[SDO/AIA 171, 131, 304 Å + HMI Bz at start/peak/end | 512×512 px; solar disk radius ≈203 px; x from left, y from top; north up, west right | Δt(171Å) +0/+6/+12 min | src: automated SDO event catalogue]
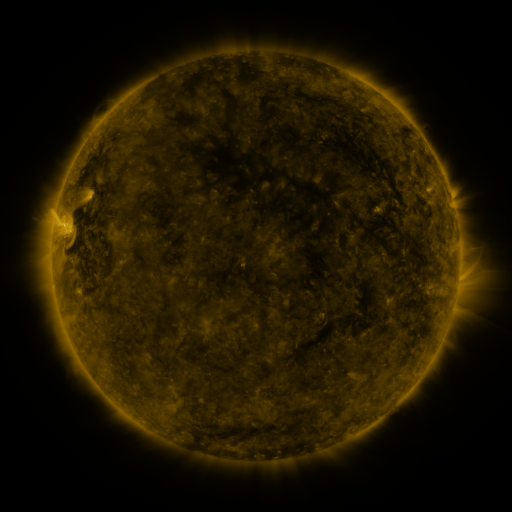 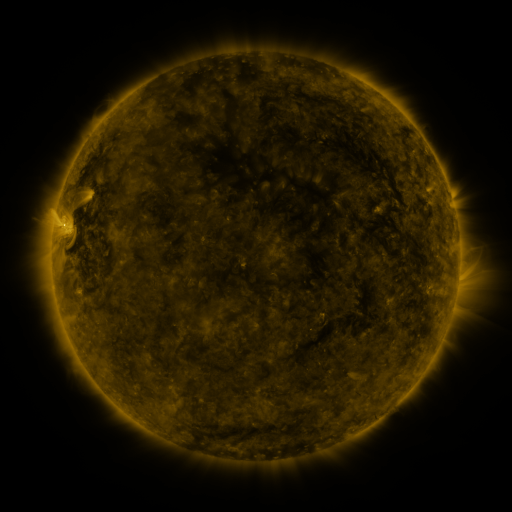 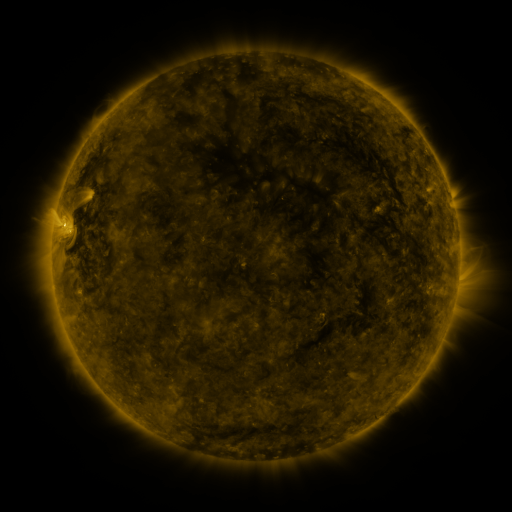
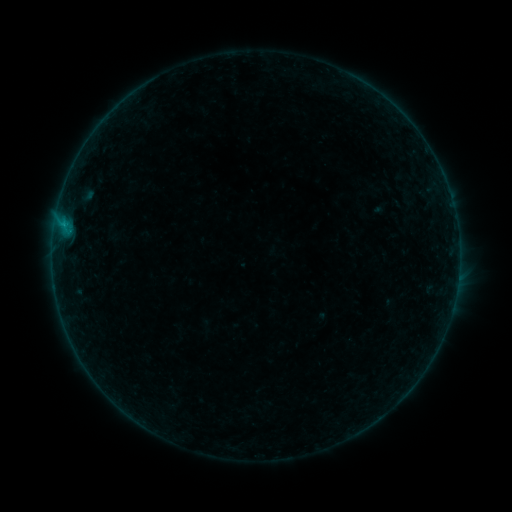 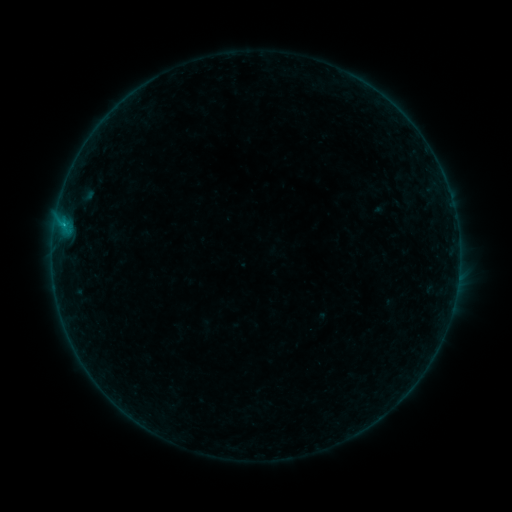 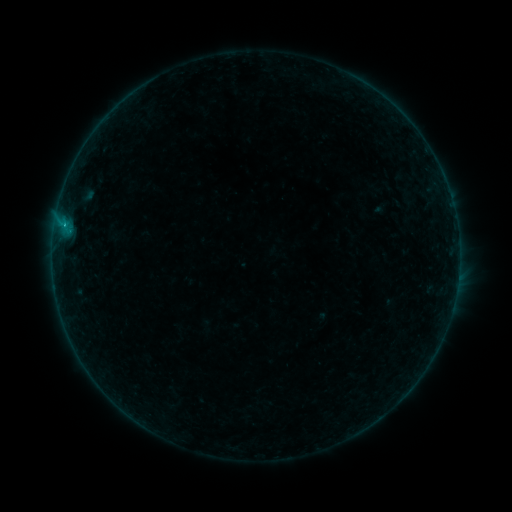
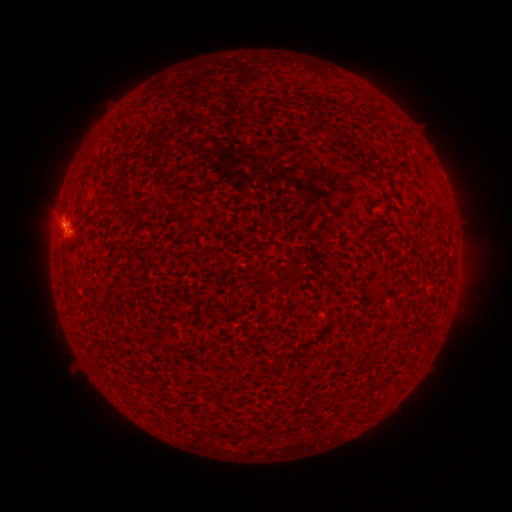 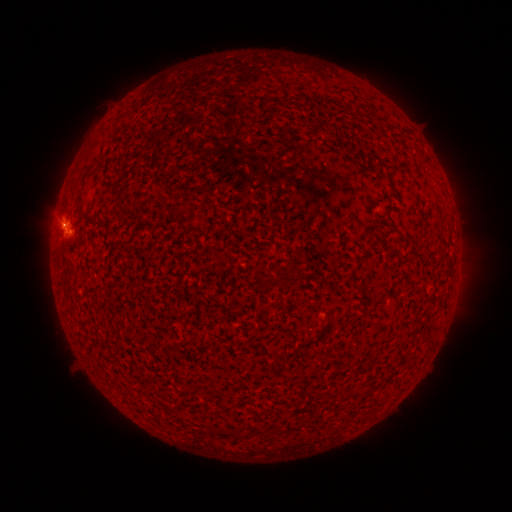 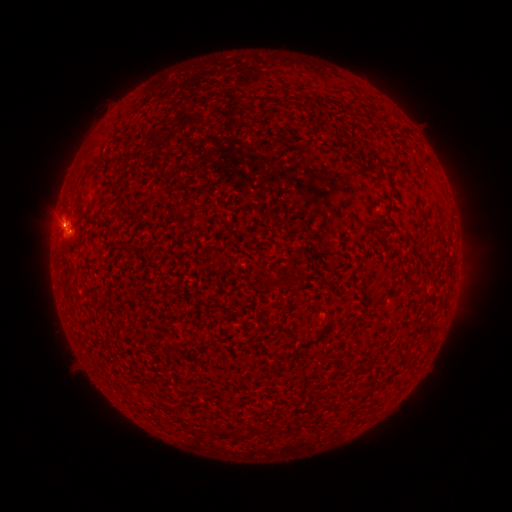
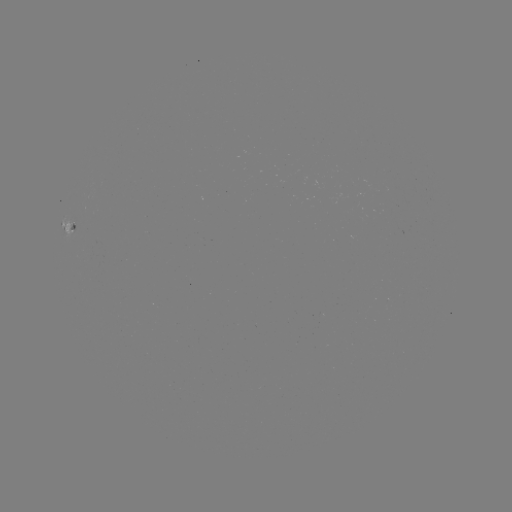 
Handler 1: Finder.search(B8.5 flare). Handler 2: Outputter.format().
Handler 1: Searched B8.5 flare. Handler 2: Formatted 64,227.